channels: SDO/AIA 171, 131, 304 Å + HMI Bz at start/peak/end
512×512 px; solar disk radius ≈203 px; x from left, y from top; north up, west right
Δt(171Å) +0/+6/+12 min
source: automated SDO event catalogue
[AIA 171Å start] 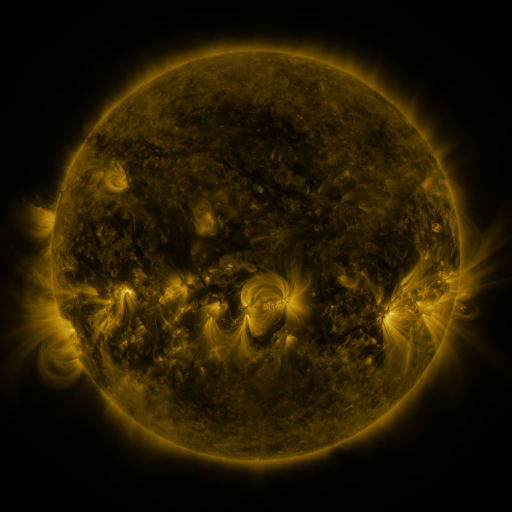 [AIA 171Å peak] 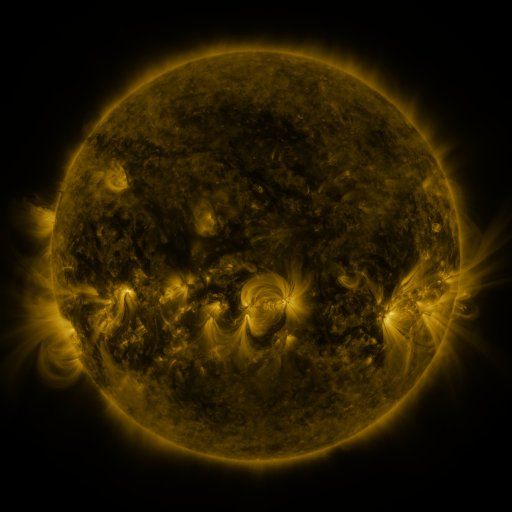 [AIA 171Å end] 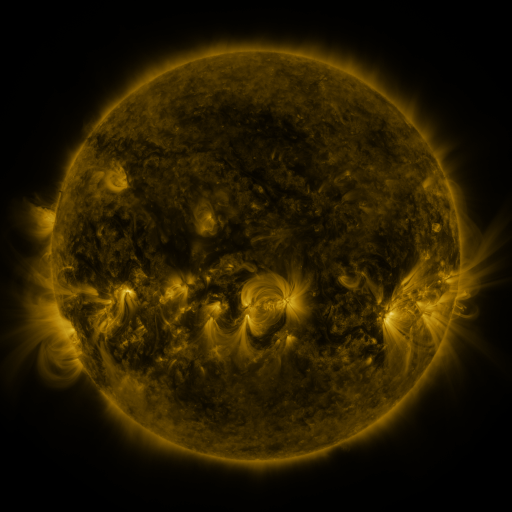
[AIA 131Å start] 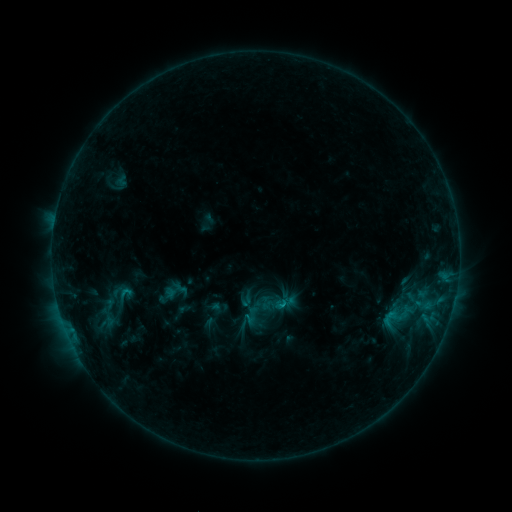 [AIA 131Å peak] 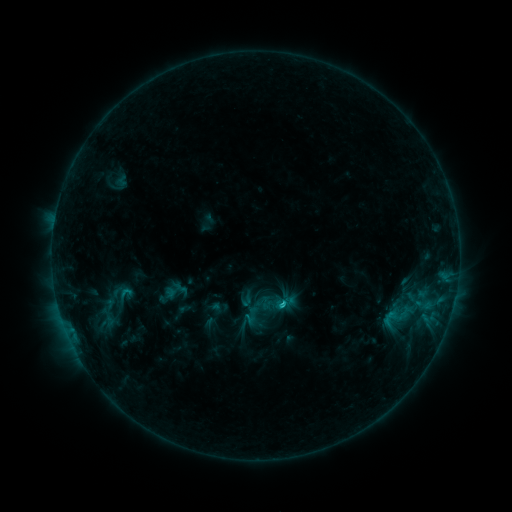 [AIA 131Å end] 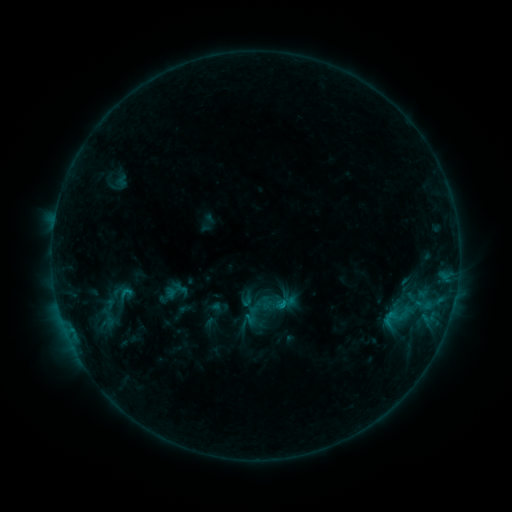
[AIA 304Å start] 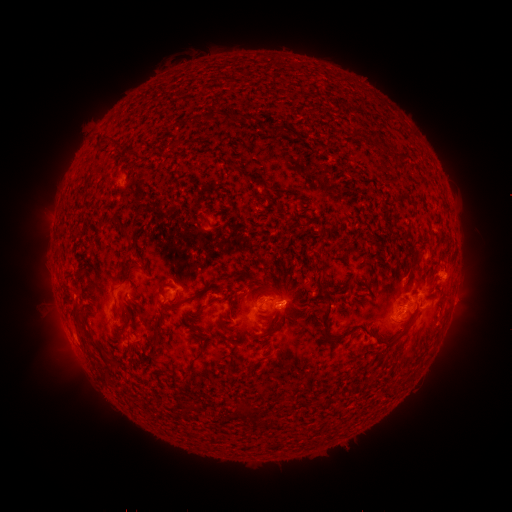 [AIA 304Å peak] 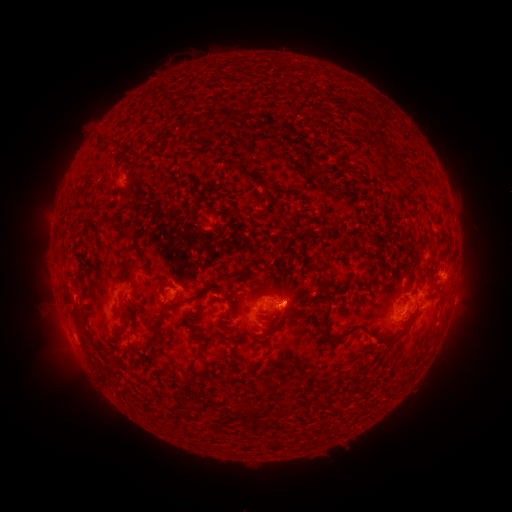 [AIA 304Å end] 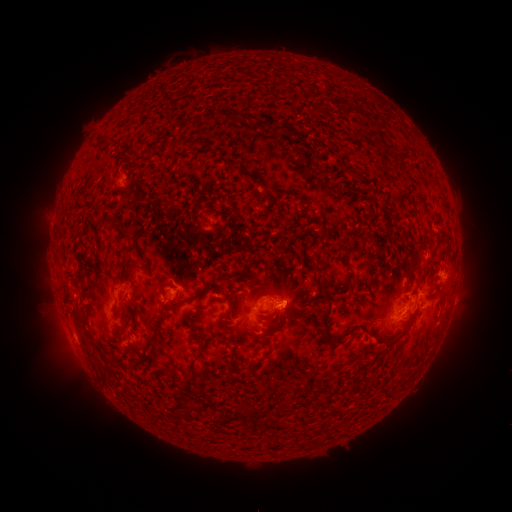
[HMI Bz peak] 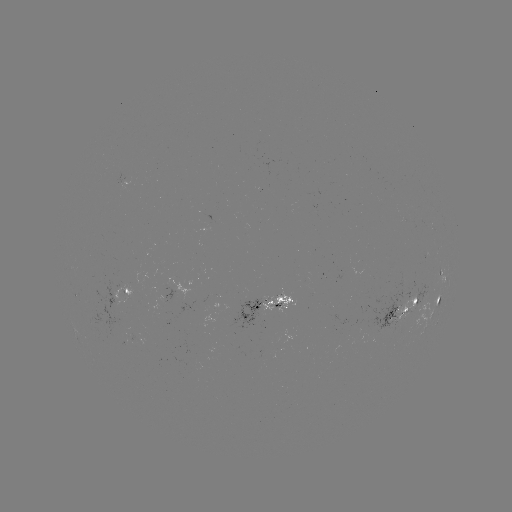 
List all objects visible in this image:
C1.1 flare: (279, 302)
